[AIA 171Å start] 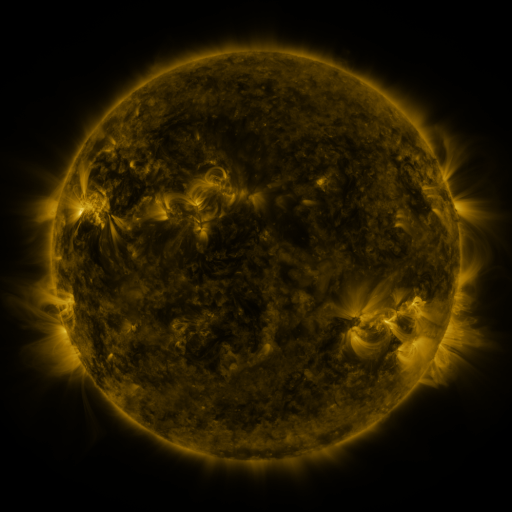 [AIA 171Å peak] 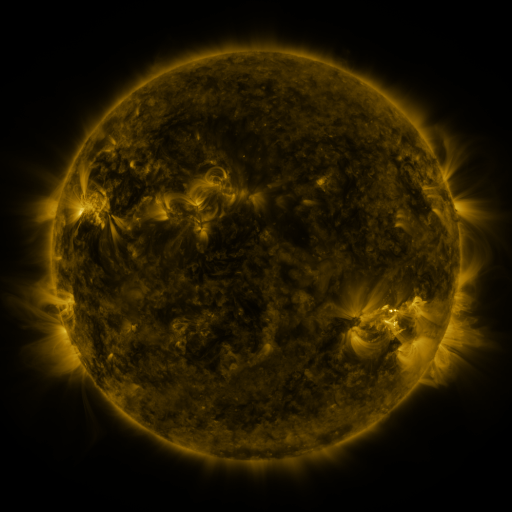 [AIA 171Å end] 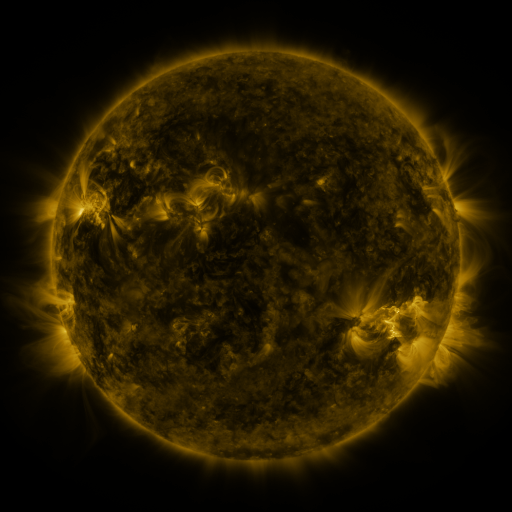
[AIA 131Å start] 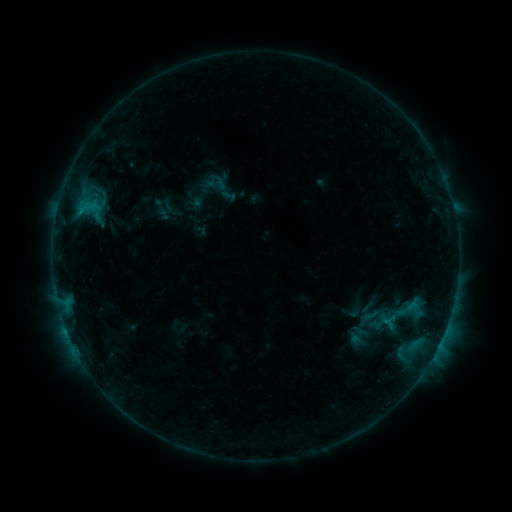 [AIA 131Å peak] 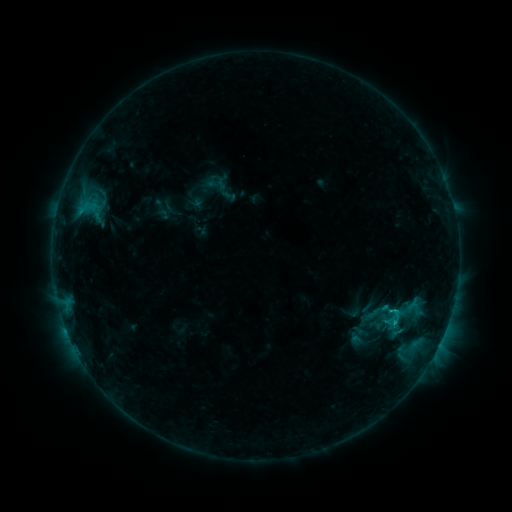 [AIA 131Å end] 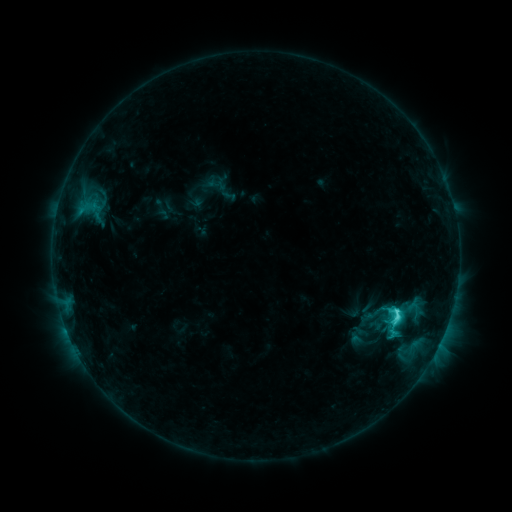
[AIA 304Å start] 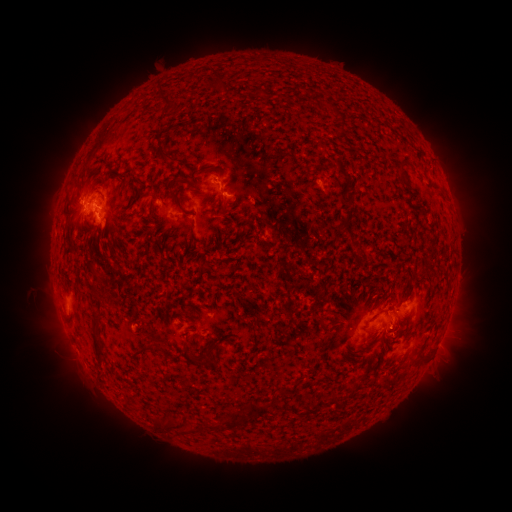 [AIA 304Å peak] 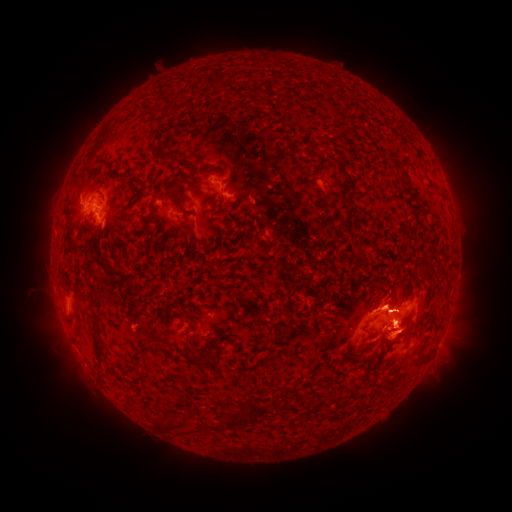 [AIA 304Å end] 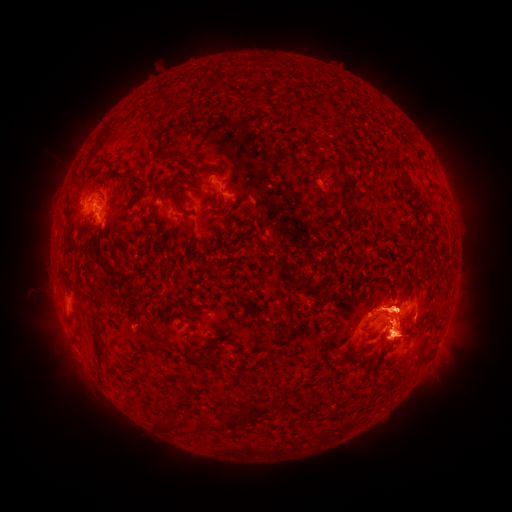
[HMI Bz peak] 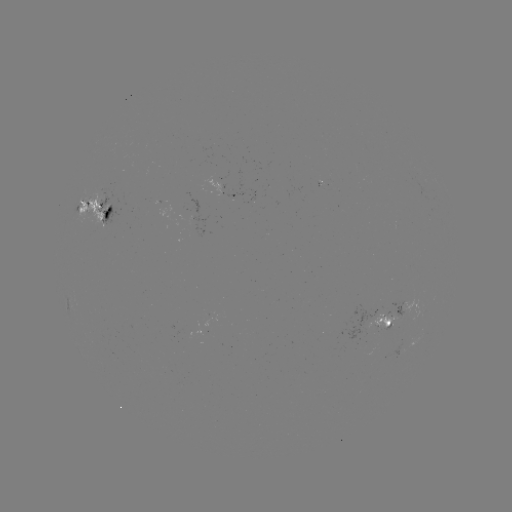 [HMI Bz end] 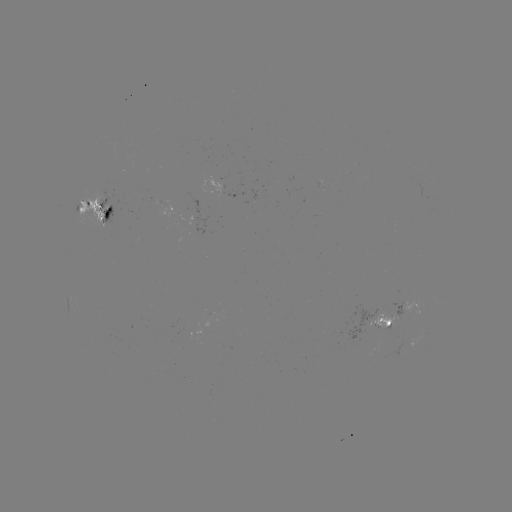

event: eruption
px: (405, 415)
